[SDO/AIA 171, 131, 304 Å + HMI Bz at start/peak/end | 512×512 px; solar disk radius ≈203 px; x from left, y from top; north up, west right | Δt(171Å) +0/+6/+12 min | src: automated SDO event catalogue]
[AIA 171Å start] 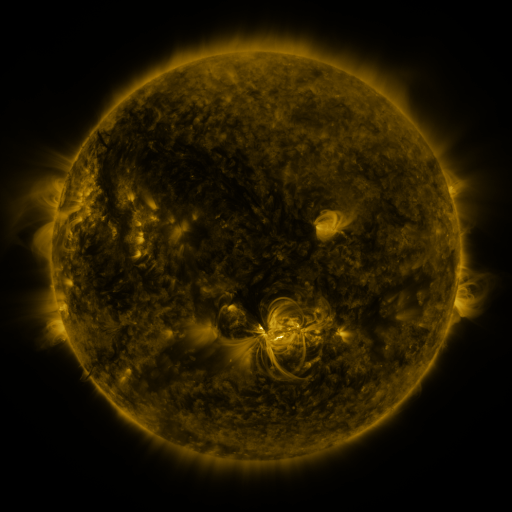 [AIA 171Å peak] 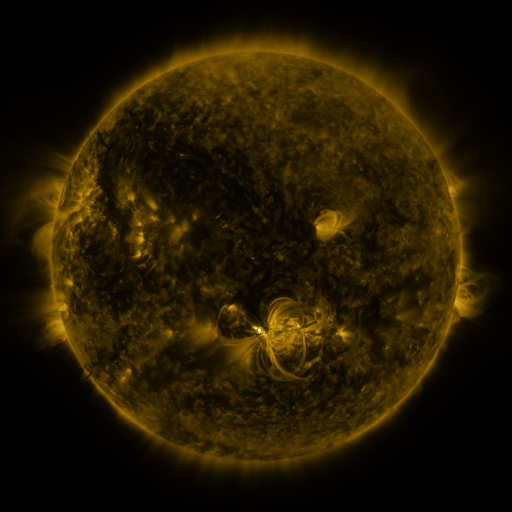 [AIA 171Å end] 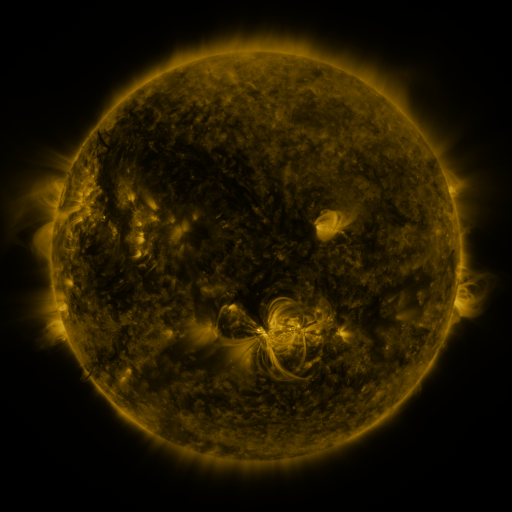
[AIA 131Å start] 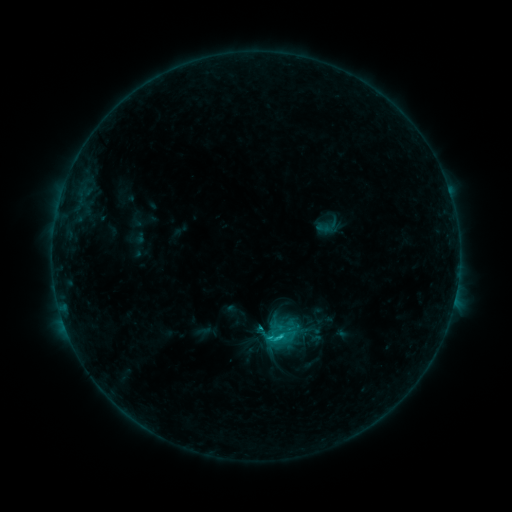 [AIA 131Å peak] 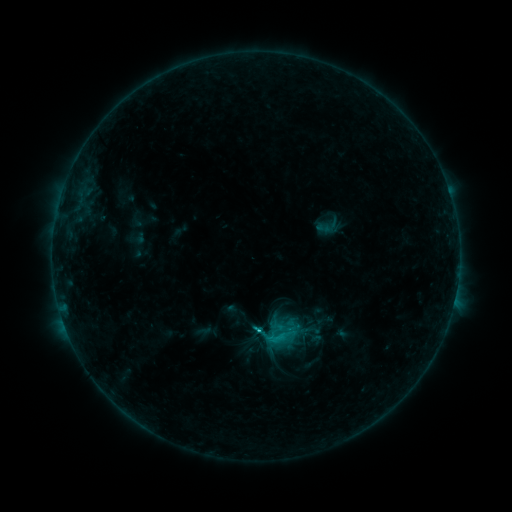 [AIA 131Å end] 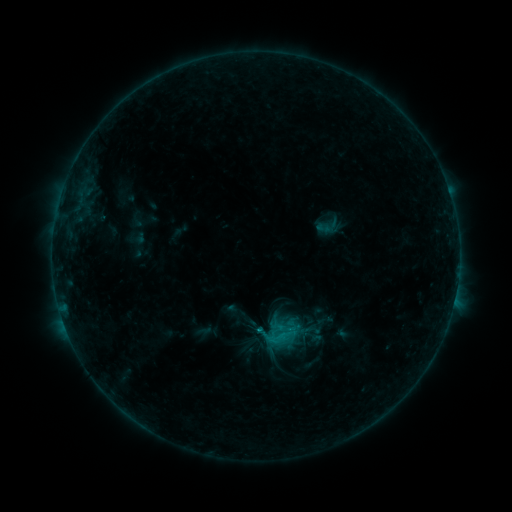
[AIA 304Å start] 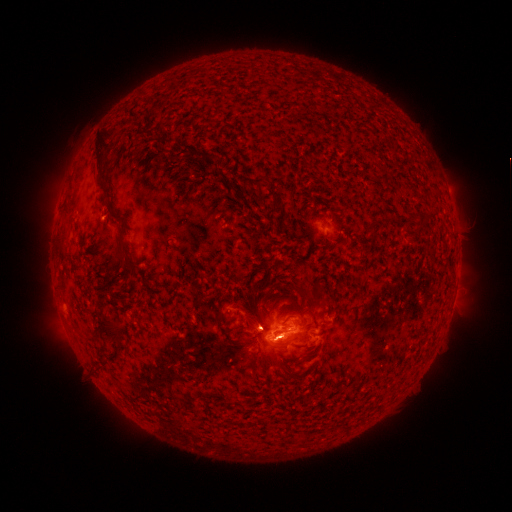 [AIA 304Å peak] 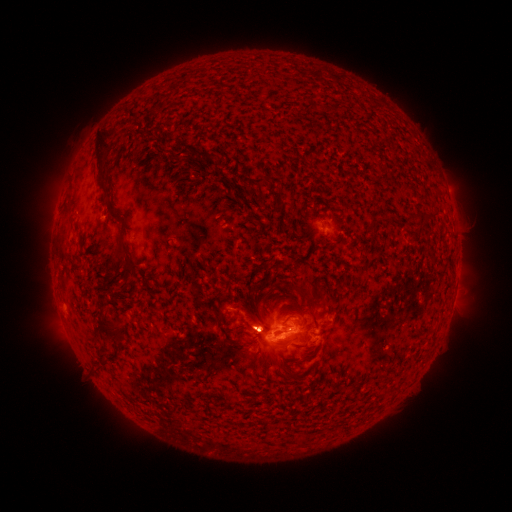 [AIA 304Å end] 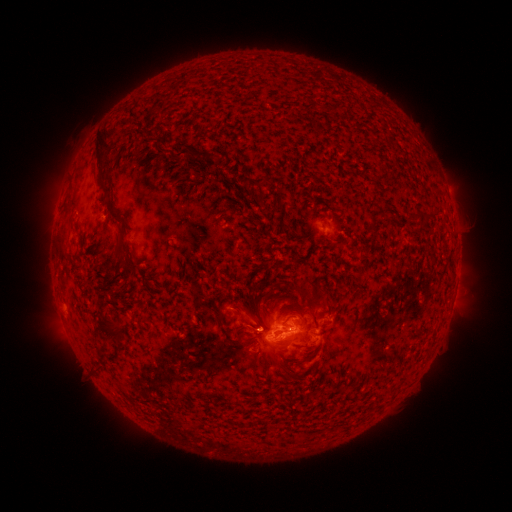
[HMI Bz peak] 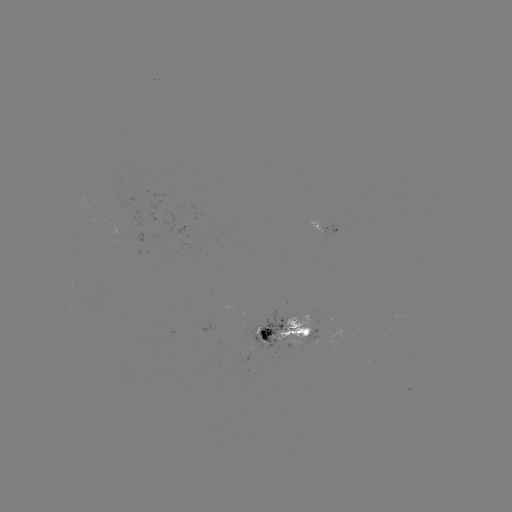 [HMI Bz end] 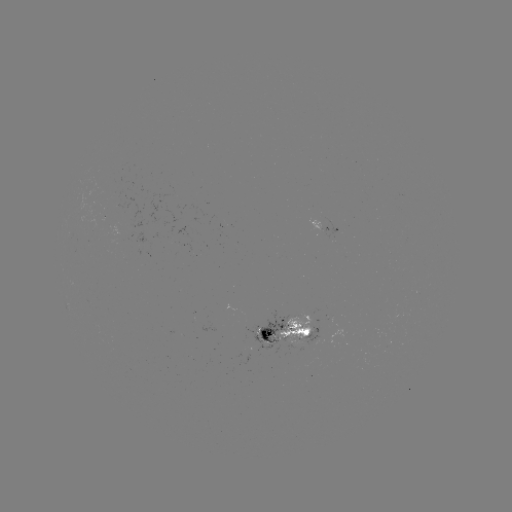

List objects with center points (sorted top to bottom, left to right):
eruption: (259, 318)
